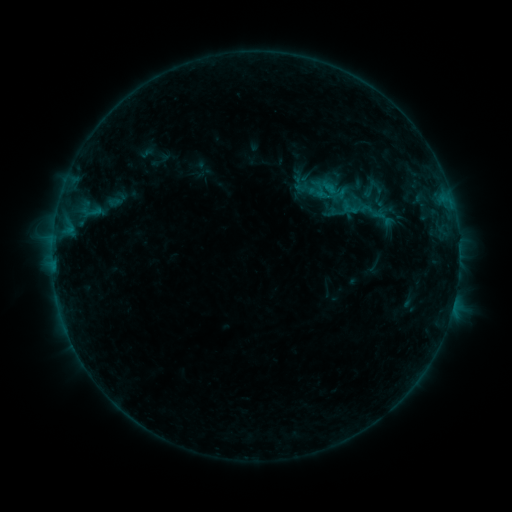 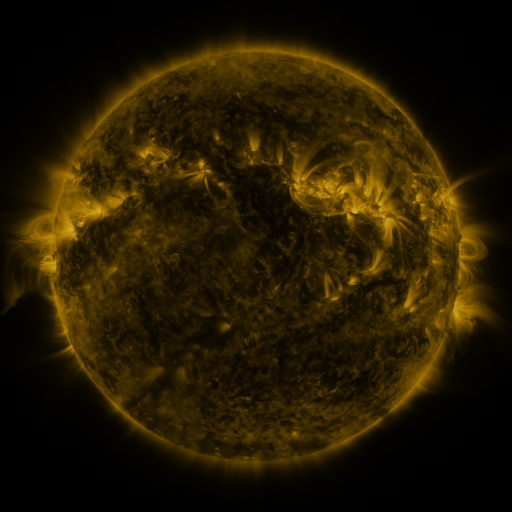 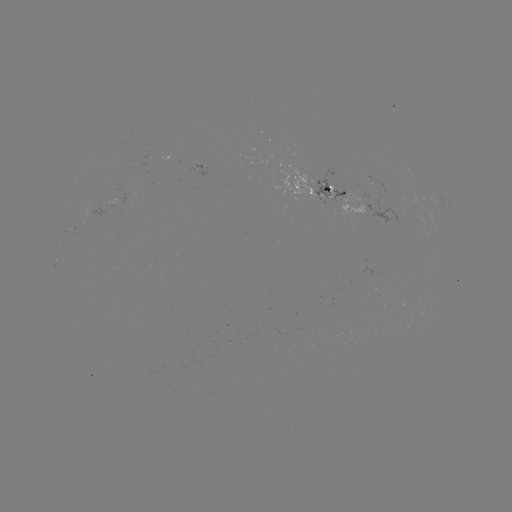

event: sigmoid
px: (349, 207)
